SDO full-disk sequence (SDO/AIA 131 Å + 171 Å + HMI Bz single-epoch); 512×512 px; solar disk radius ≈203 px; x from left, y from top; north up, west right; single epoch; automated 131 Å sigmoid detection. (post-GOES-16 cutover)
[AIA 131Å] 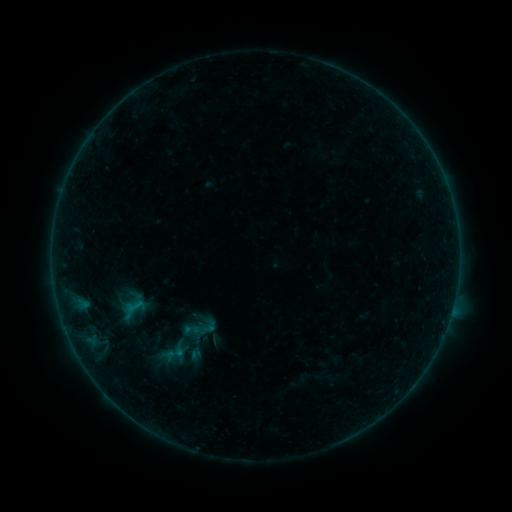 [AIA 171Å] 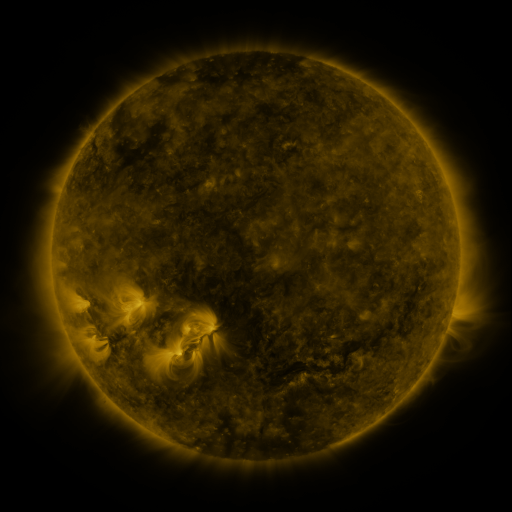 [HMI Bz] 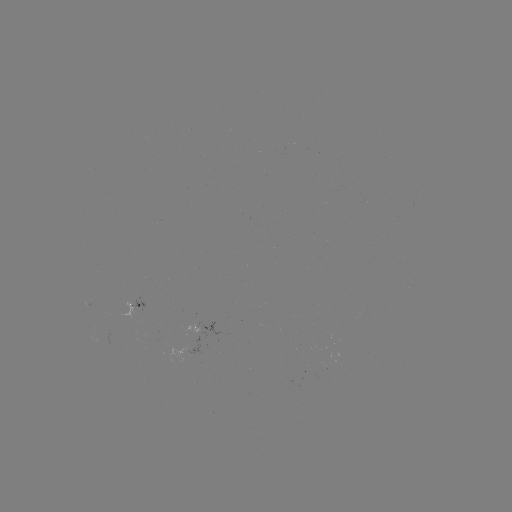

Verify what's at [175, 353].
sigmoid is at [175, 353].